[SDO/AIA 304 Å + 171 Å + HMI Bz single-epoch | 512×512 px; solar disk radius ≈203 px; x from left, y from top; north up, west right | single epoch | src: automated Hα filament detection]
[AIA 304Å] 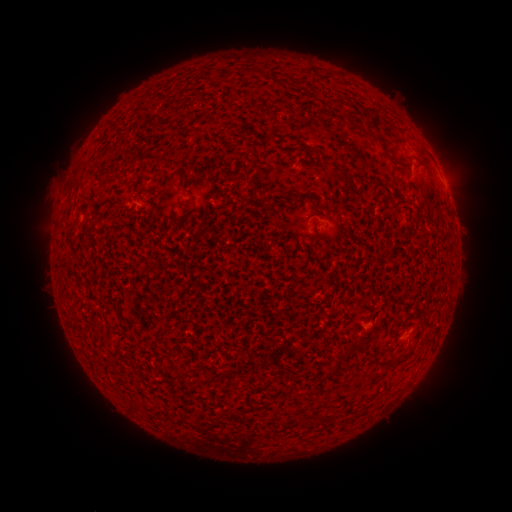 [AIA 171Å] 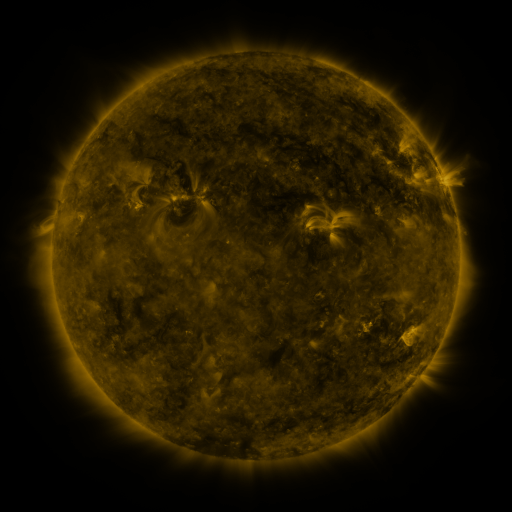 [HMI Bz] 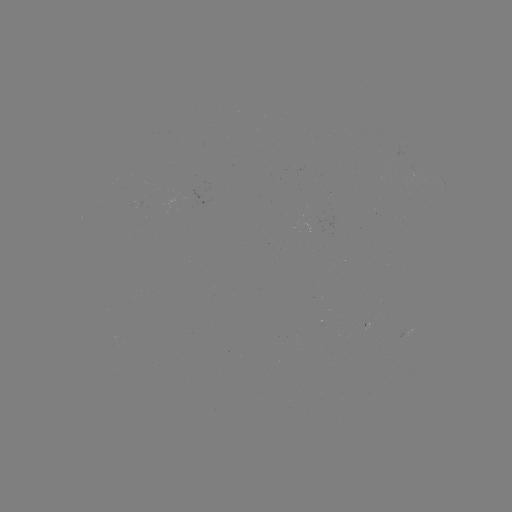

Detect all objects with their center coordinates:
filament: (282, 85)
filament: (371, 136)
filament: (311, 149)
filament: (176, 162)
filament: (185, 177)
filament: (350, 186)
filament: (281, 203)
filament: (315, 237)
filament: (359, 348)
filament: (341, 357)
filament: (402, 361)
